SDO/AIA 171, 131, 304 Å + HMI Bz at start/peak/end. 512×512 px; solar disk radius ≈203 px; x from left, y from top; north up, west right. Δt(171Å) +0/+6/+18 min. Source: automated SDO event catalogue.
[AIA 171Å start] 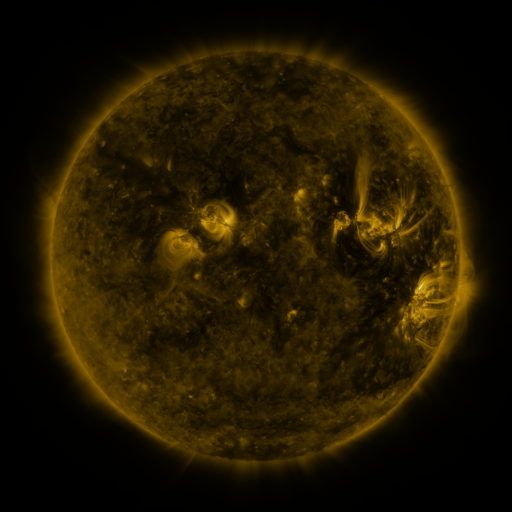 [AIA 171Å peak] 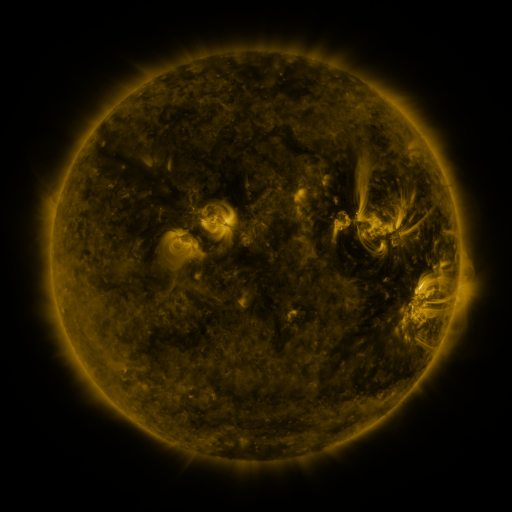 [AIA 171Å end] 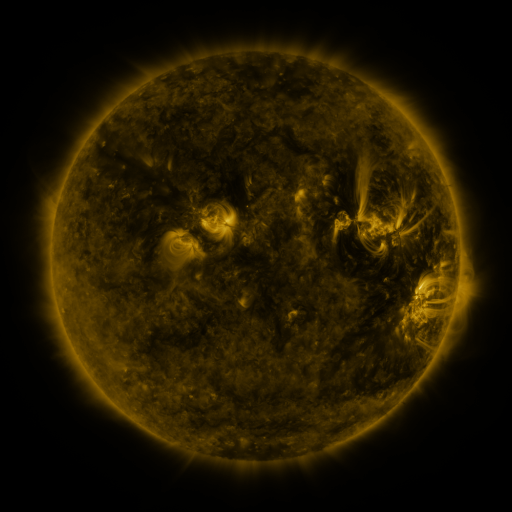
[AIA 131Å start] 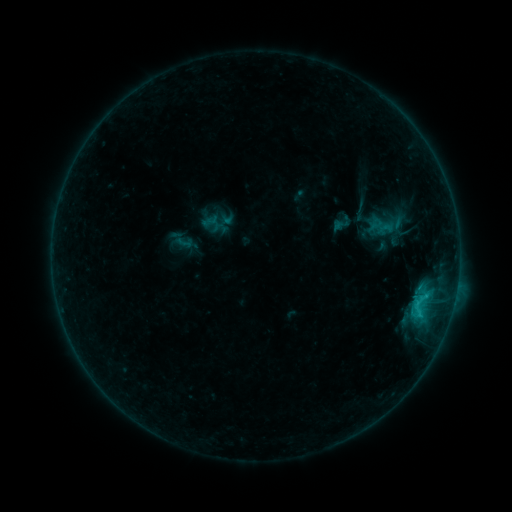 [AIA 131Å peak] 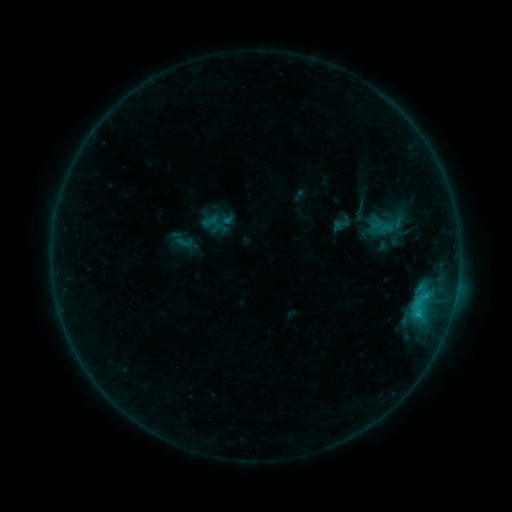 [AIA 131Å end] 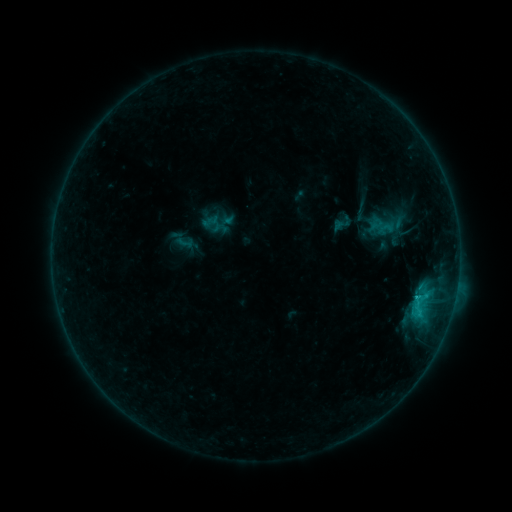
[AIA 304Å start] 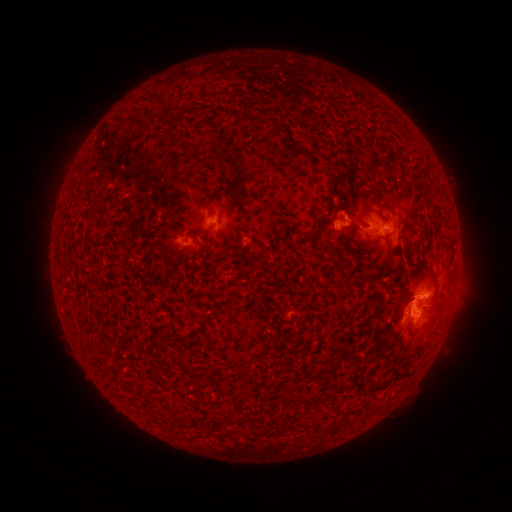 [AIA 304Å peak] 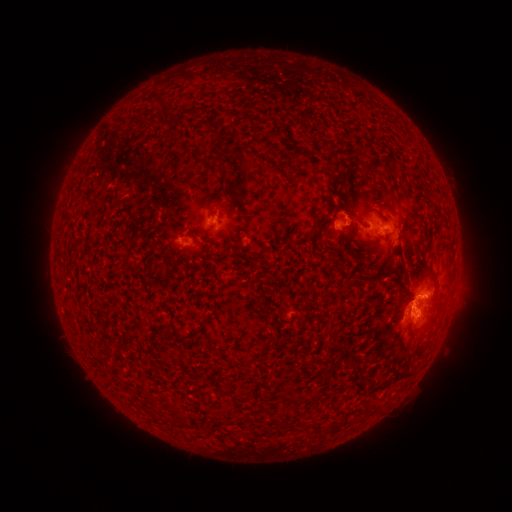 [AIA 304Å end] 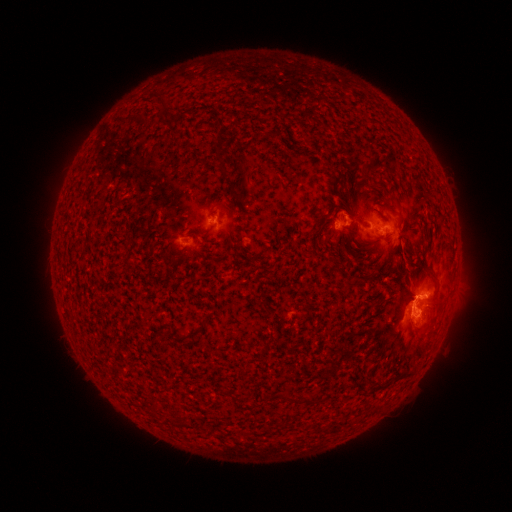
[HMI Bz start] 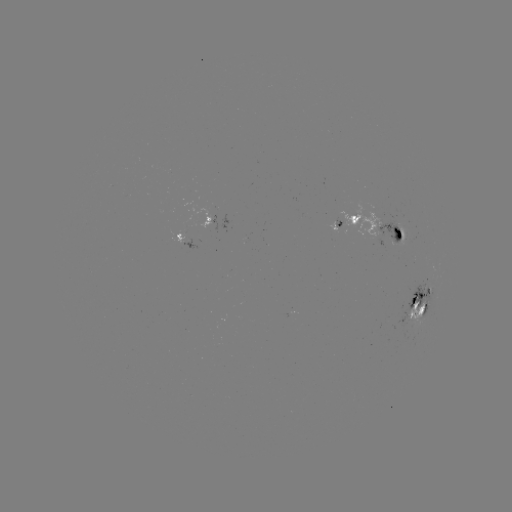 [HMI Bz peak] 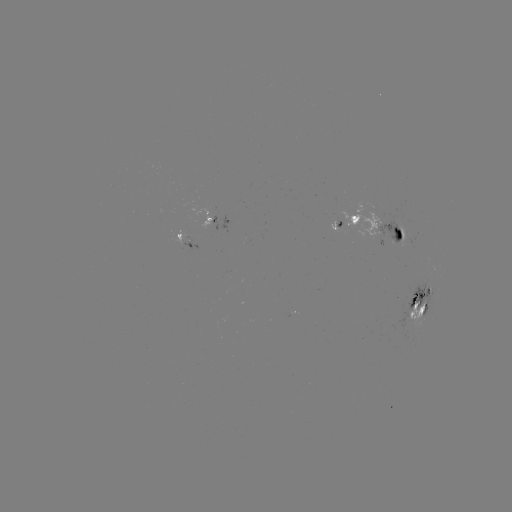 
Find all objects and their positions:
C2.5 flare: (415, 296)
